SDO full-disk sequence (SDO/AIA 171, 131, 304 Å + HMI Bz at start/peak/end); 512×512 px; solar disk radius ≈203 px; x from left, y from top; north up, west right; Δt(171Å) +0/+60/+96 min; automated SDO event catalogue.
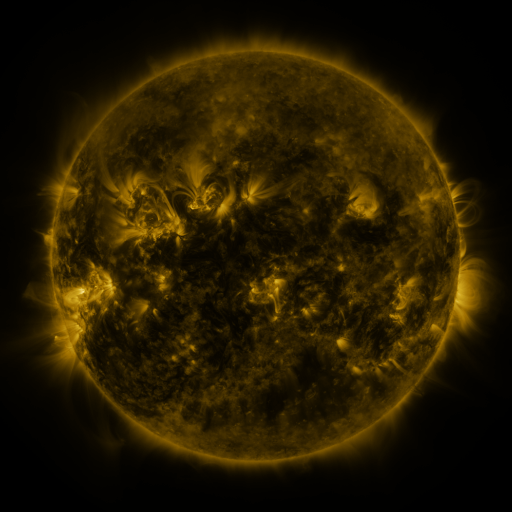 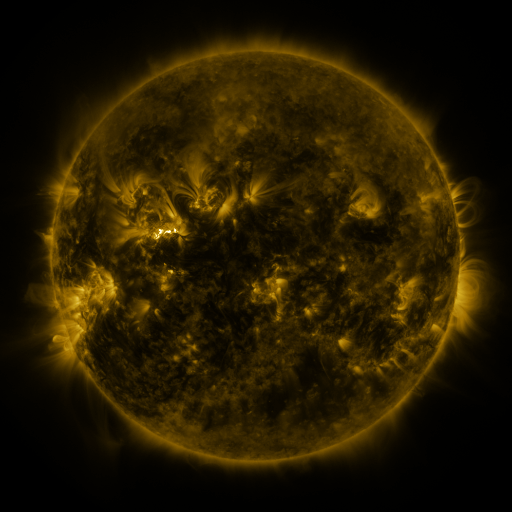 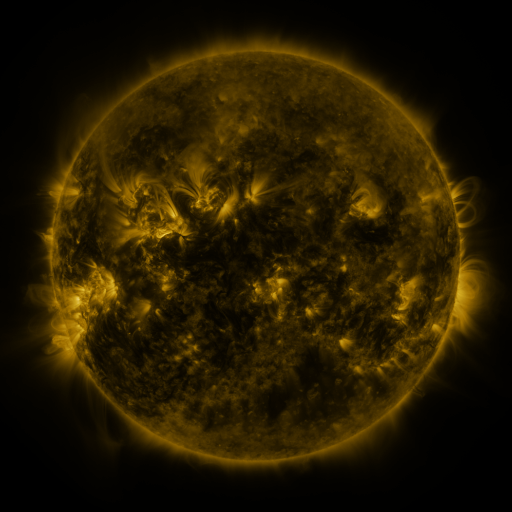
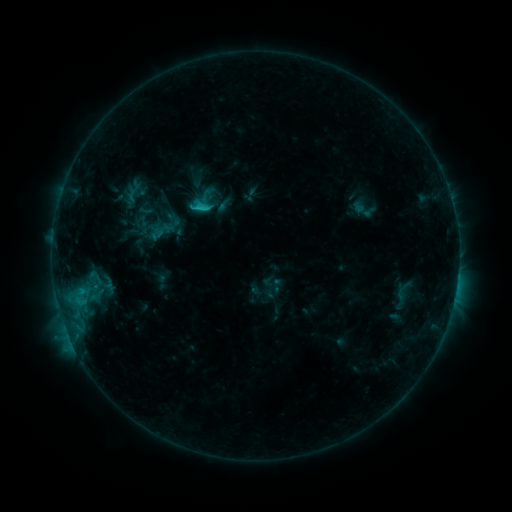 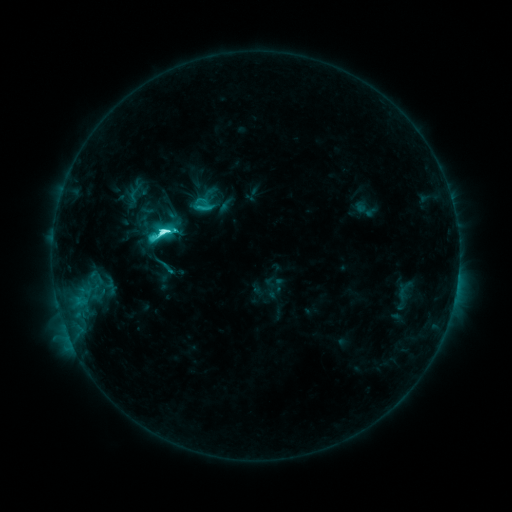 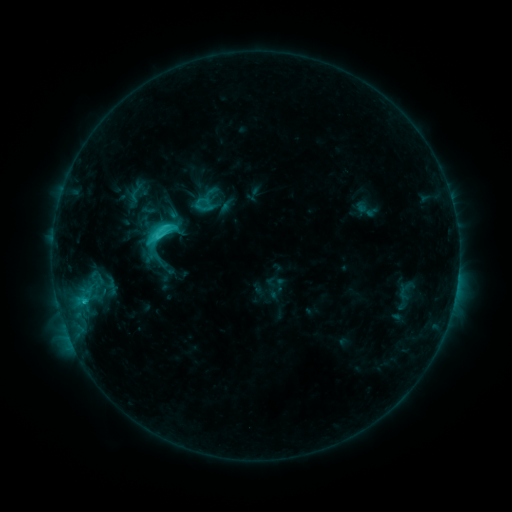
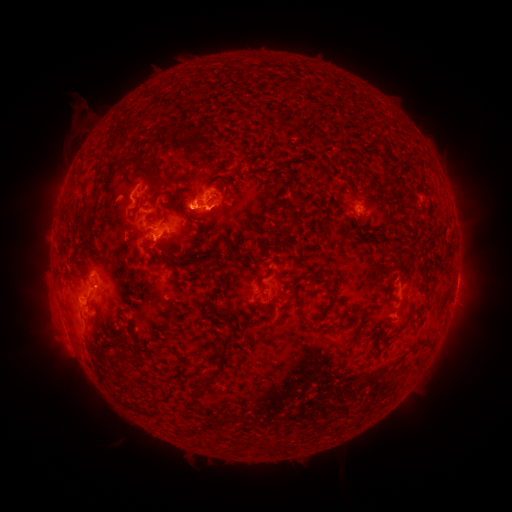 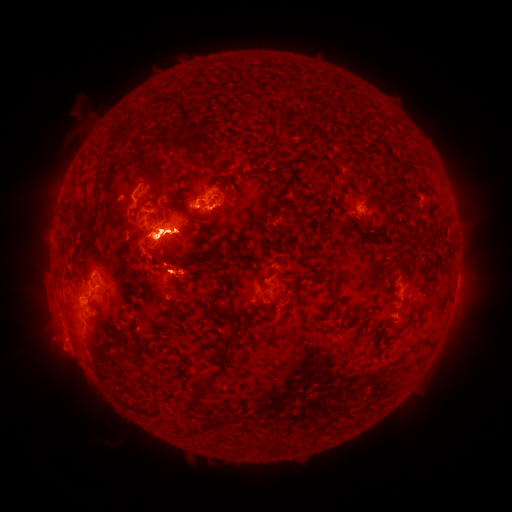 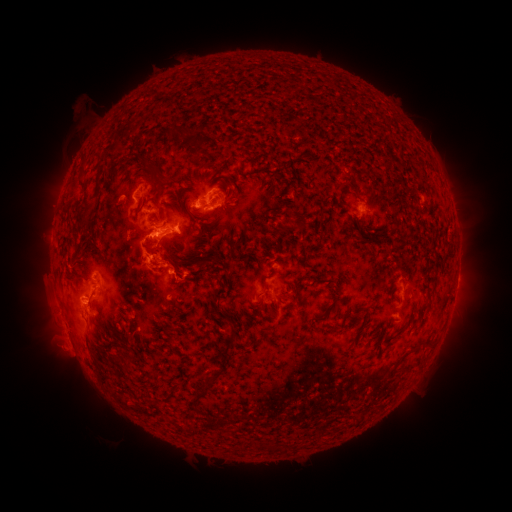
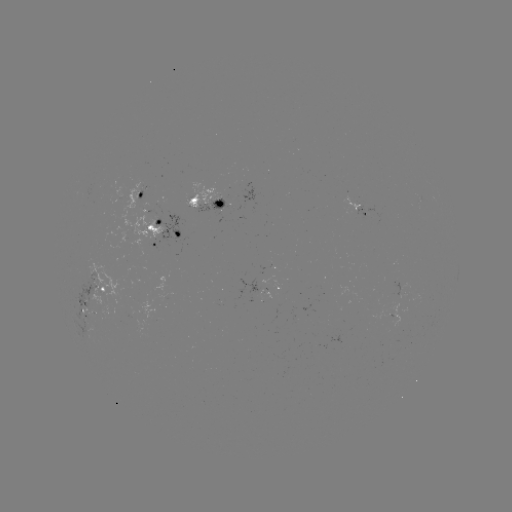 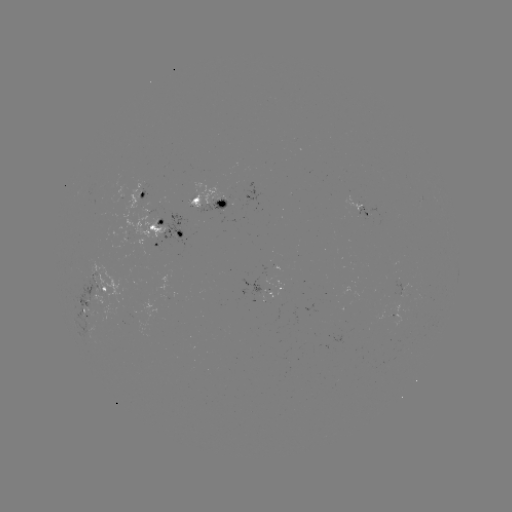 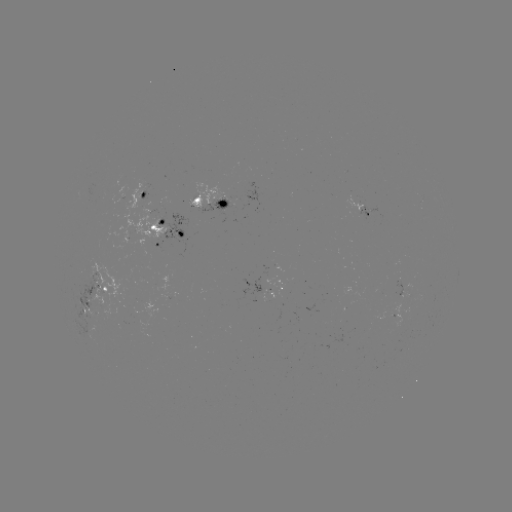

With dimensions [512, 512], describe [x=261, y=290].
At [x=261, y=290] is emerging-flux region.